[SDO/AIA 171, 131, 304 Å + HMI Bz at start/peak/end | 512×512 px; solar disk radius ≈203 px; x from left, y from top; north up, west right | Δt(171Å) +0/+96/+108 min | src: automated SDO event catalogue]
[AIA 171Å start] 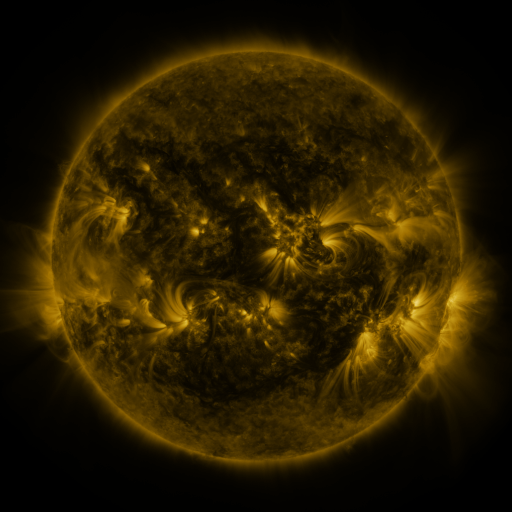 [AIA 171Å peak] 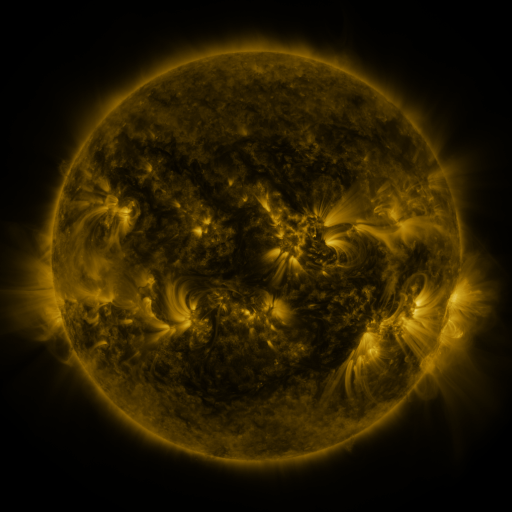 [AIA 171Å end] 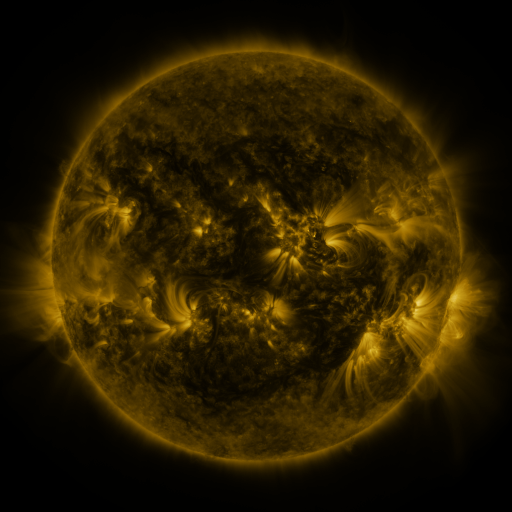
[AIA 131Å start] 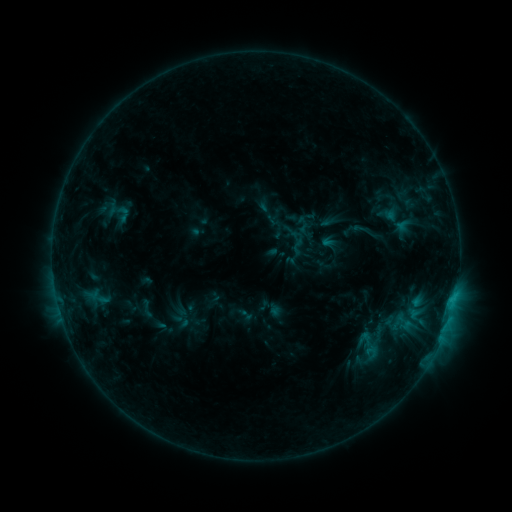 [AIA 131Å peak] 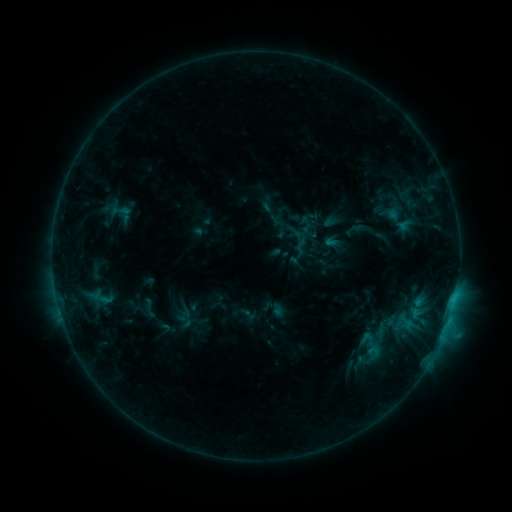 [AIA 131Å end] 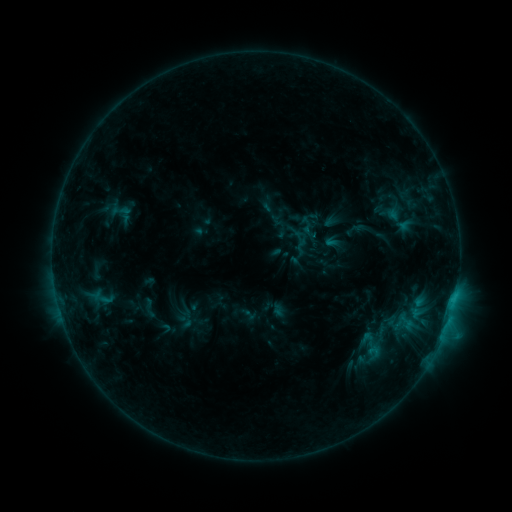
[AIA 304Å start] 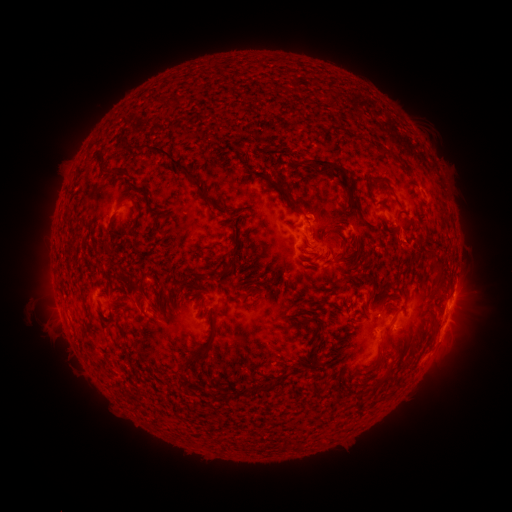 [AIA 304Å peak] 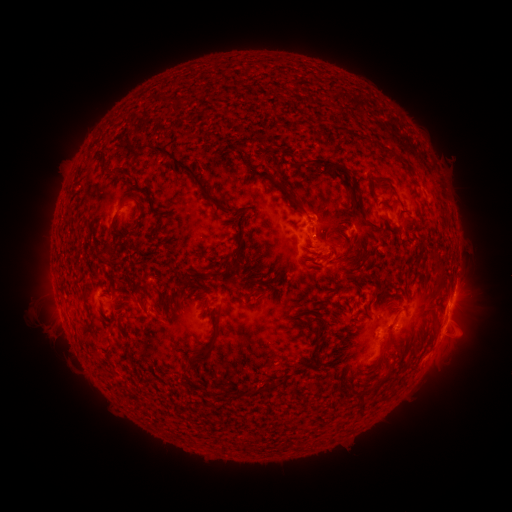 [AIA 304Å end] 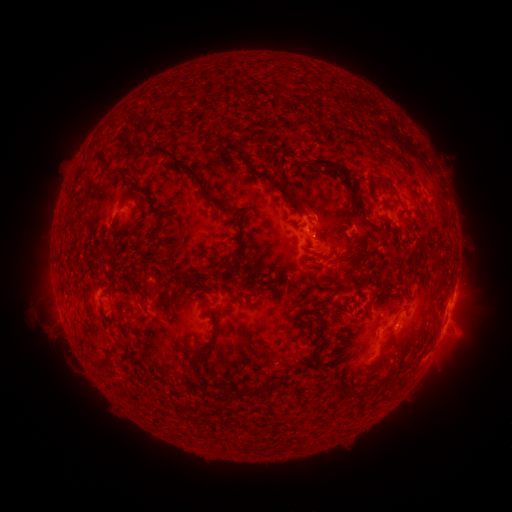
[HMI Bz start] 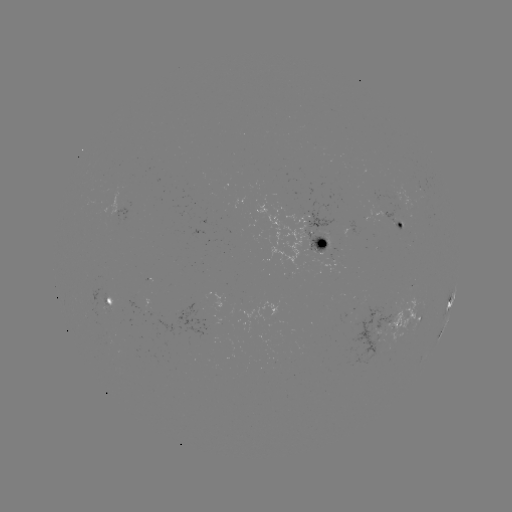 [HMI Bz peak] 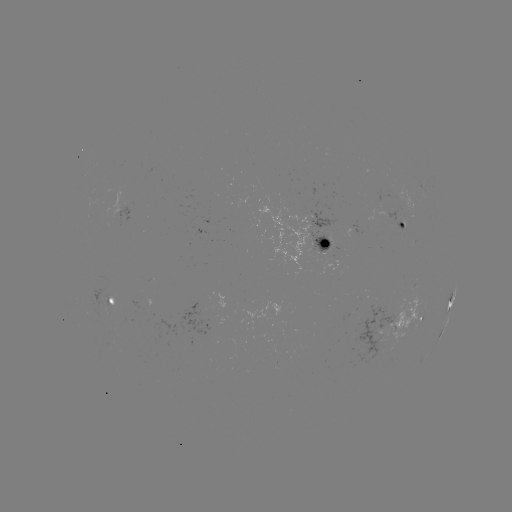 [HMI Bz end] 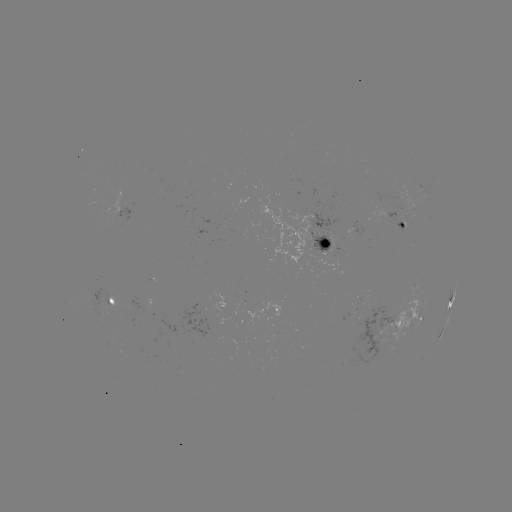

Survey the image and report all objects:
emerging-flux region: (324, 247)
